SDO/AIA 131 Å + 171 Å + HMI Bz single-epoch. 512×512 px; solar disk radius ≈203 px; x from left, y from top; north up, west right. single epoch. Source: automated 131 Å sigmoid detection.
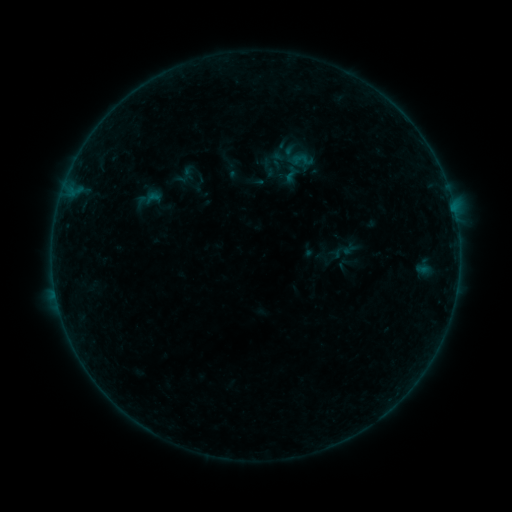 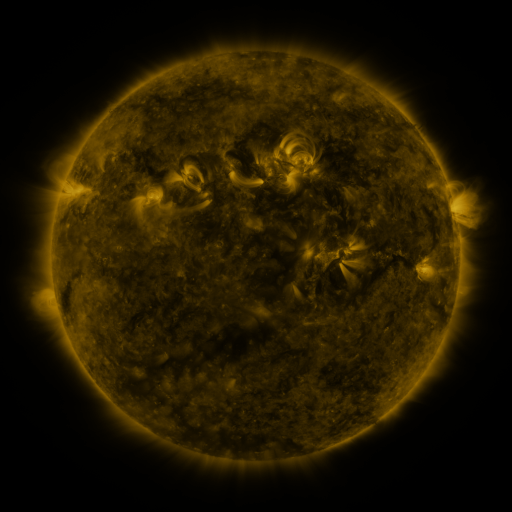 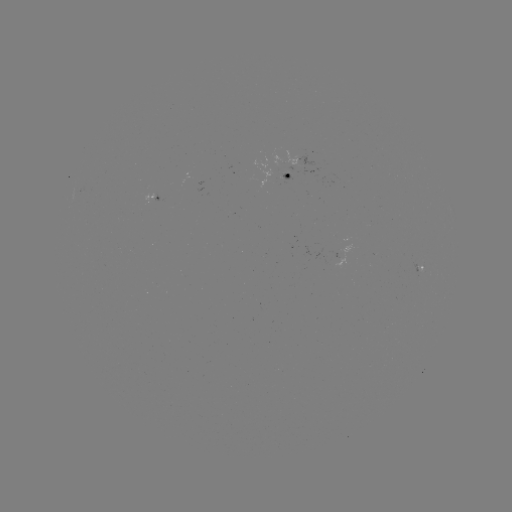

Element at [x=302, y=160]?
sigmoid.